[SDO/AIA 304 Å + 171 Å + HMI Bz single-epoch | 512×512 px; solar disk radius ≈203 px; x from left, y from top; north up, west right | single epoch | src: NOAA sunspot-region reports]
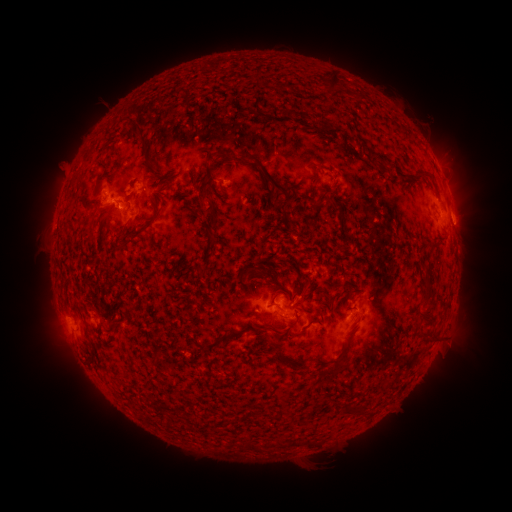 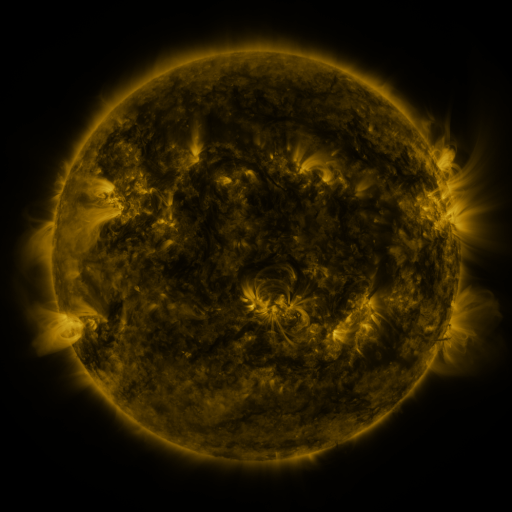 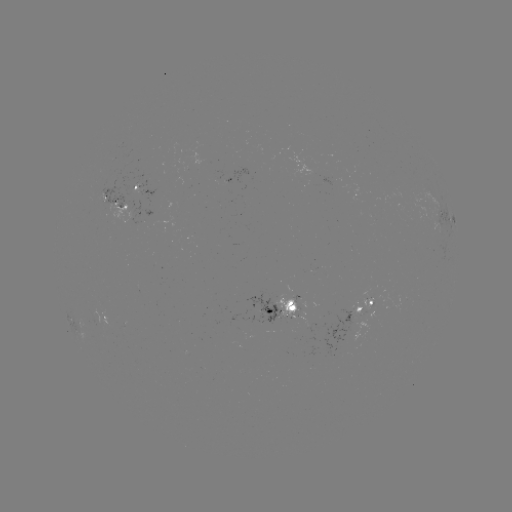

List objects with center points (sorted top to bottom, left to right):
spotted active region: (145, 192)
spotted active region: (117, 204)
spotted active region: (445, 220)
spotted active region: (367, 305)
spotted active region: (286, 306)
spotted active region: (110, 321)
